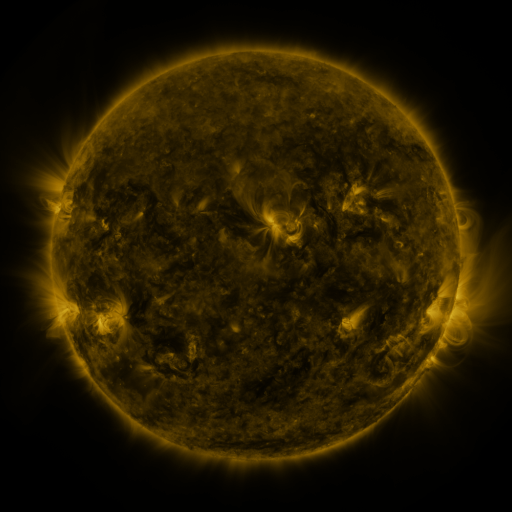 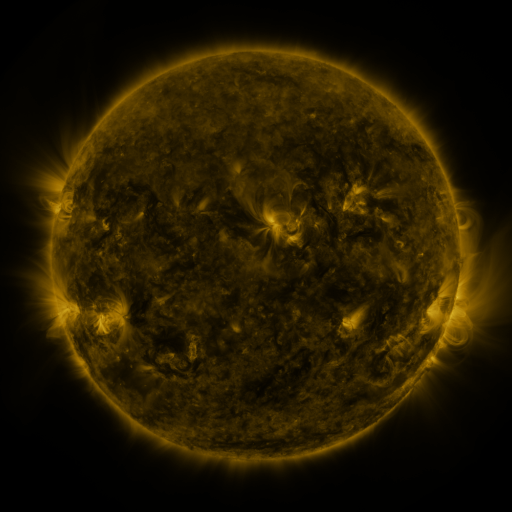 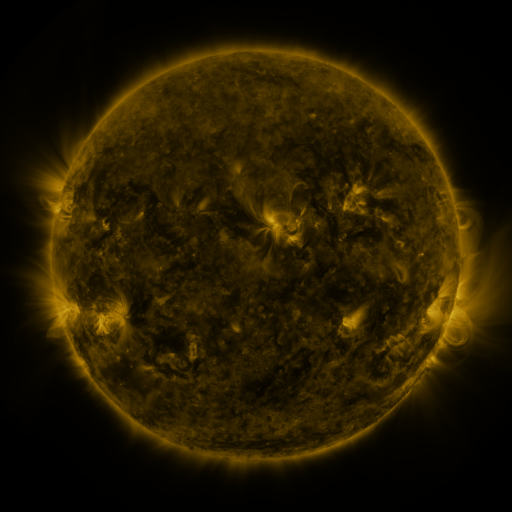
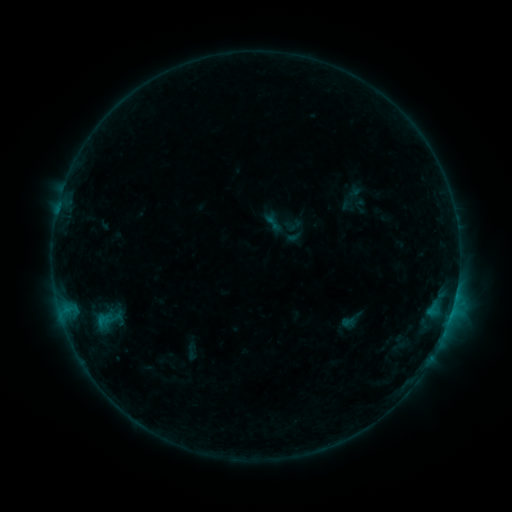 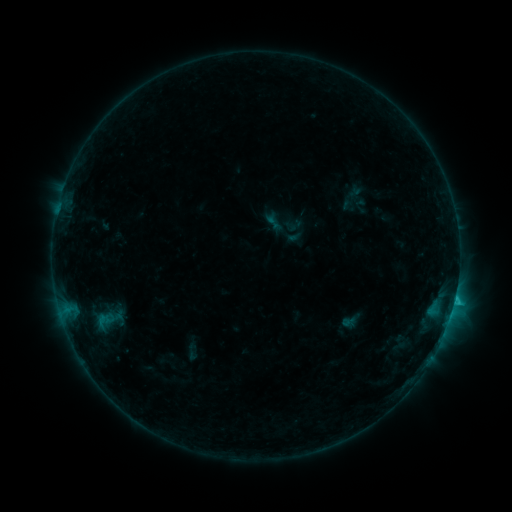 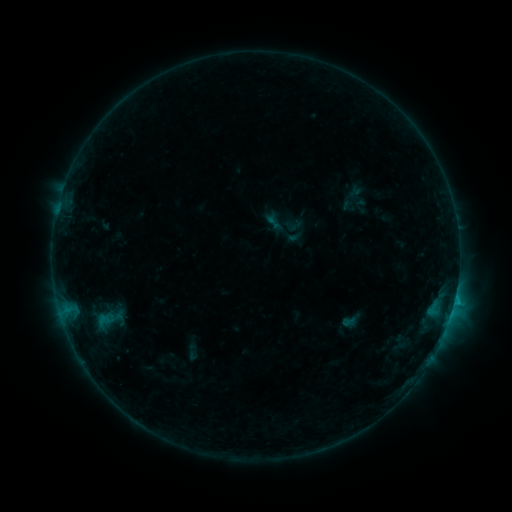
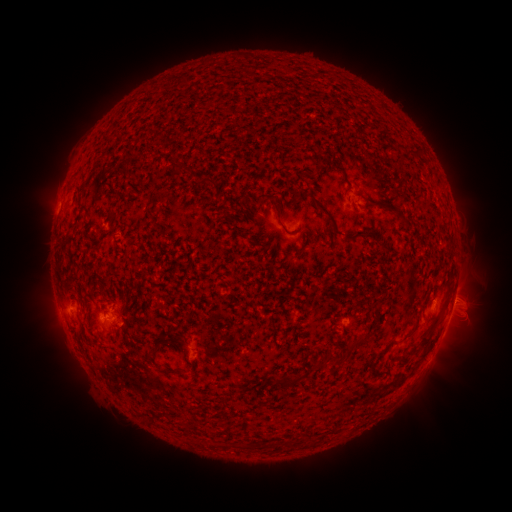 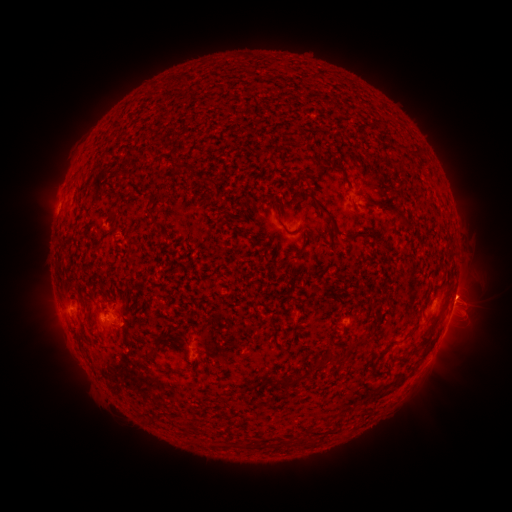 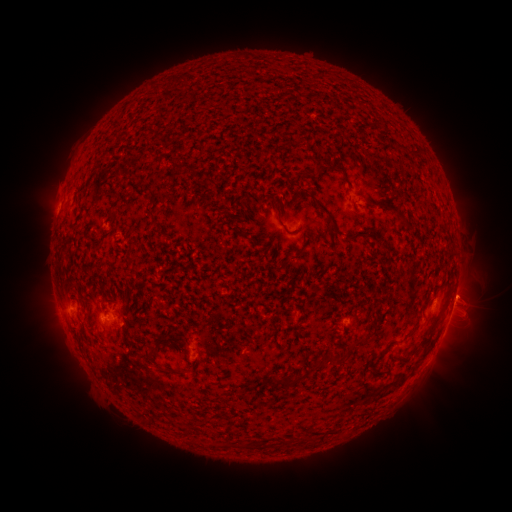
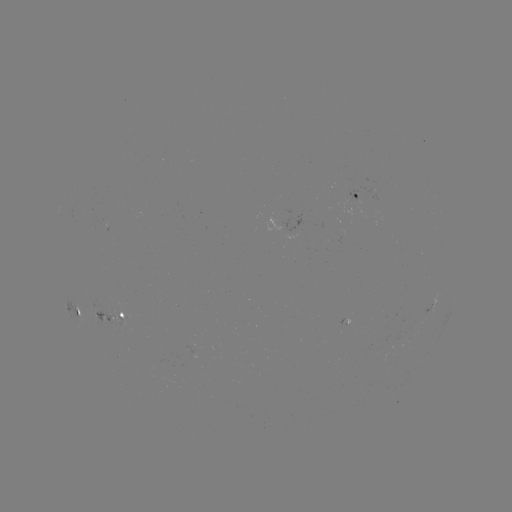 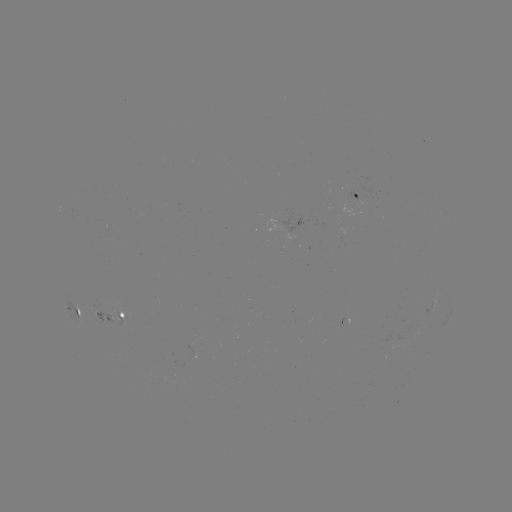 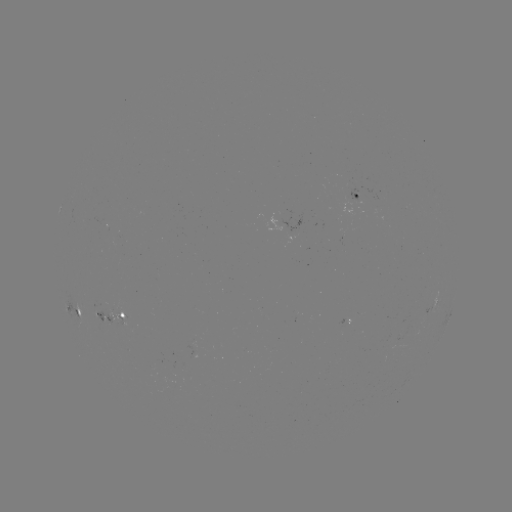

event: flare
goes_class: C1.0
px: (454, 298)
